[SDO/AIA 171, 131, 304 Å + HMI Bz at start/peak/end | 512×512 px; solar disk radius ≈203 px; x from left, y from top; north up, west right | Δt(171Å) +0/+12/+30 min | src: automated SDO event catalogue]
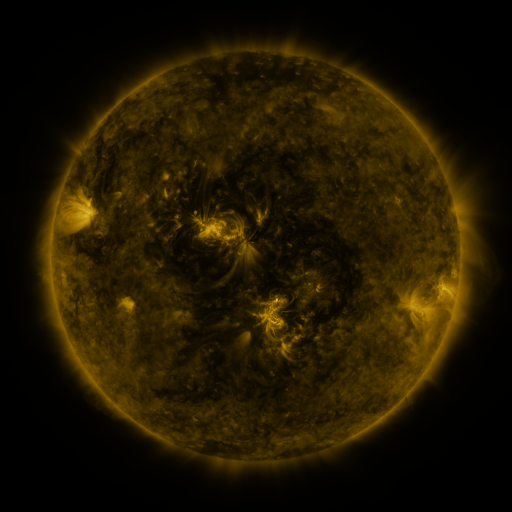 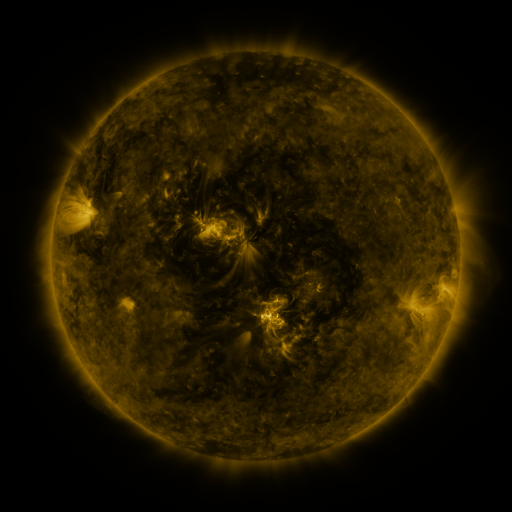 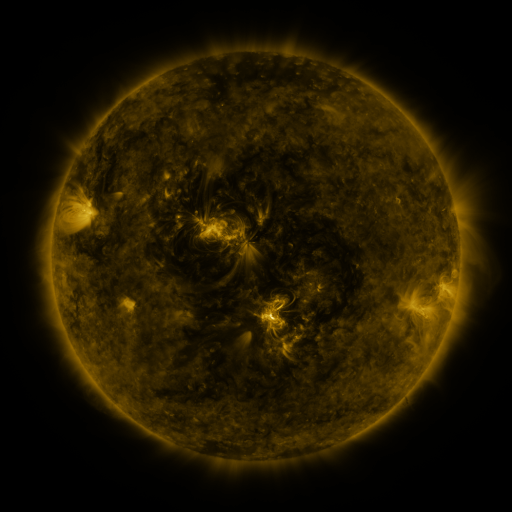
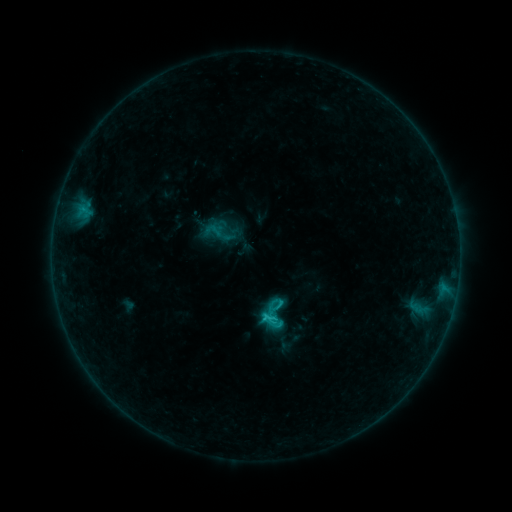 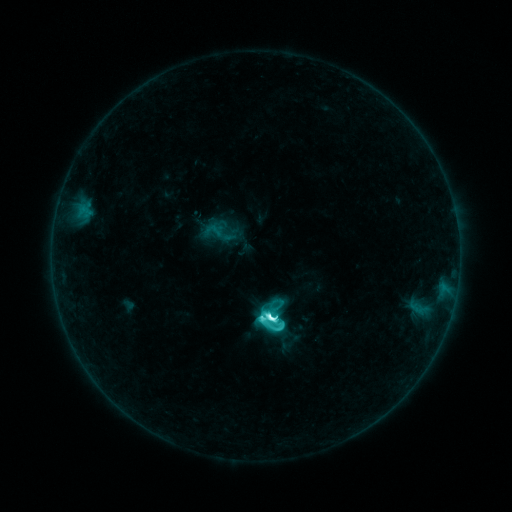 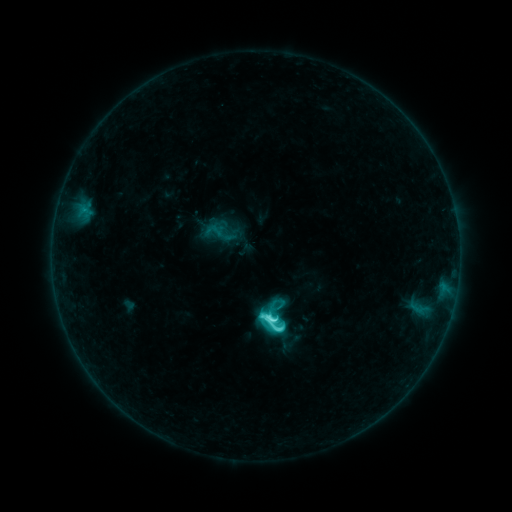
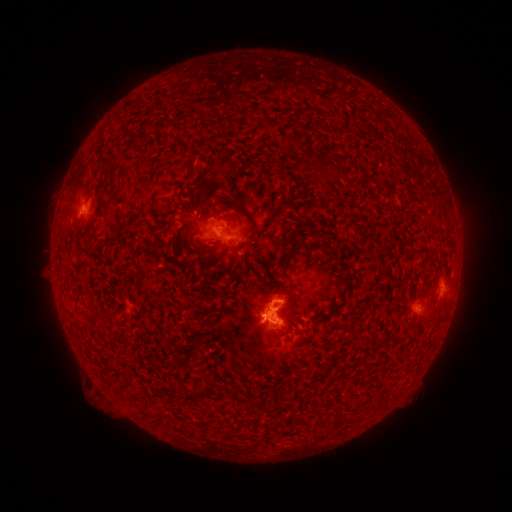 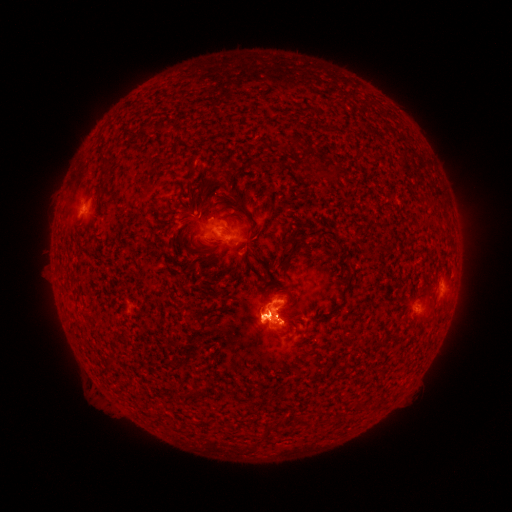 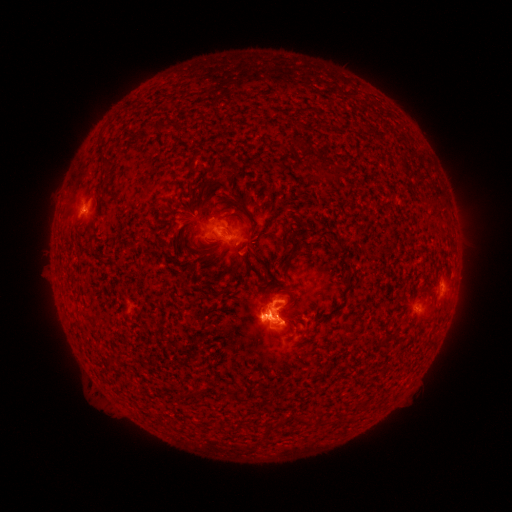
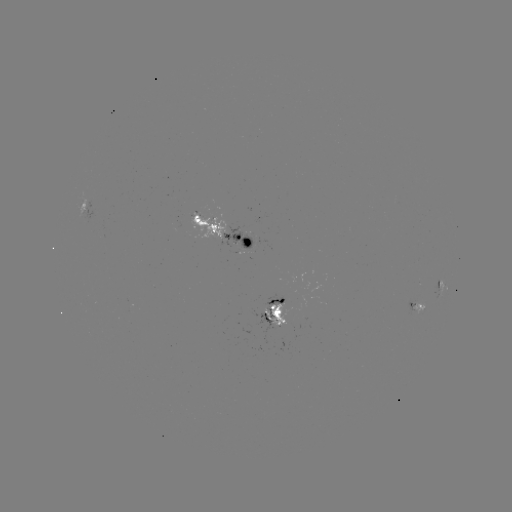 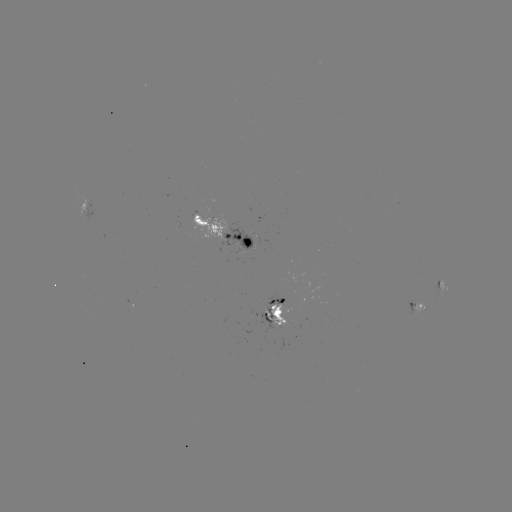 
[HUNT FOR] M1.2 flare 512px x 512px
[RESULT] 270,316